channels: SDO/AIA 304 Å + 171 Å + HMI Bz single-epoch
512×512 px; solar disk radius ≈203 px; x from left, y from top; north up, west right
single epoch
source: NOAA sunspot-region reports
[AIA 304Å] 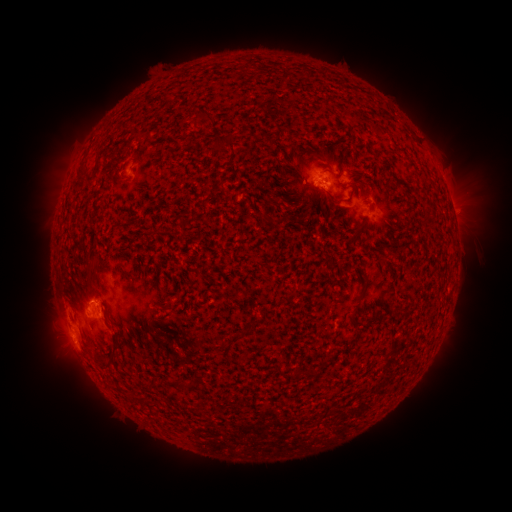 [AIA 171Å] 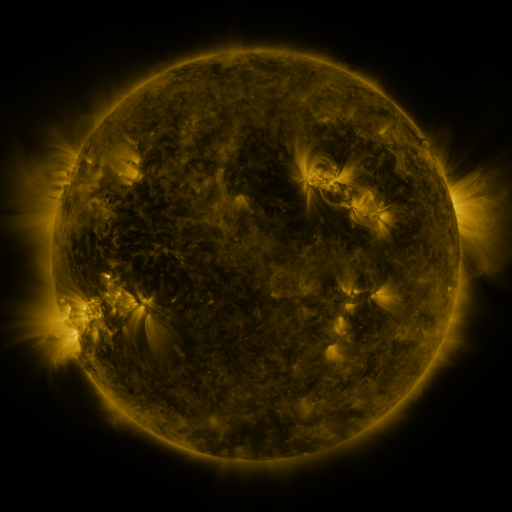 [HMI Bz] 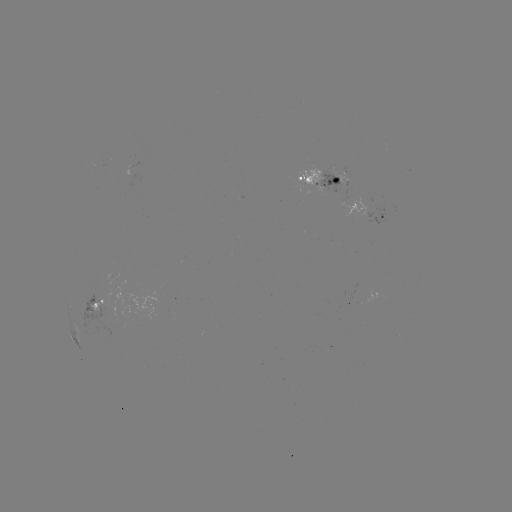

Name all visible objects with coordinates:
spotted active region: (323, 183)
spotted active region: (452, 208)
spotted active region: (383, 217)
spotted active region: (96, 305)
spotted active region: (86, 342)
